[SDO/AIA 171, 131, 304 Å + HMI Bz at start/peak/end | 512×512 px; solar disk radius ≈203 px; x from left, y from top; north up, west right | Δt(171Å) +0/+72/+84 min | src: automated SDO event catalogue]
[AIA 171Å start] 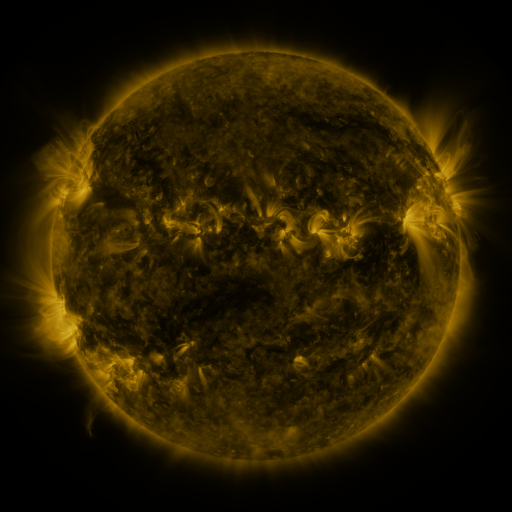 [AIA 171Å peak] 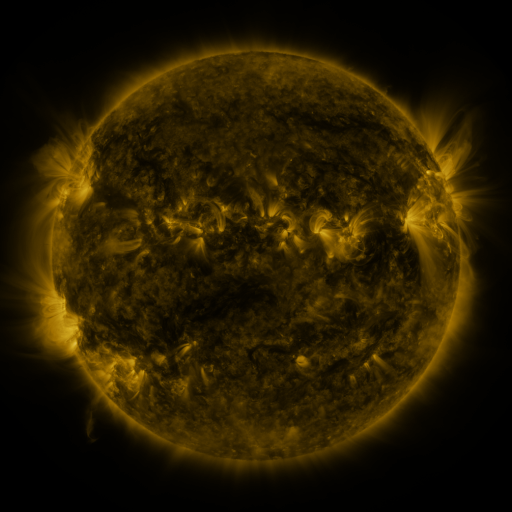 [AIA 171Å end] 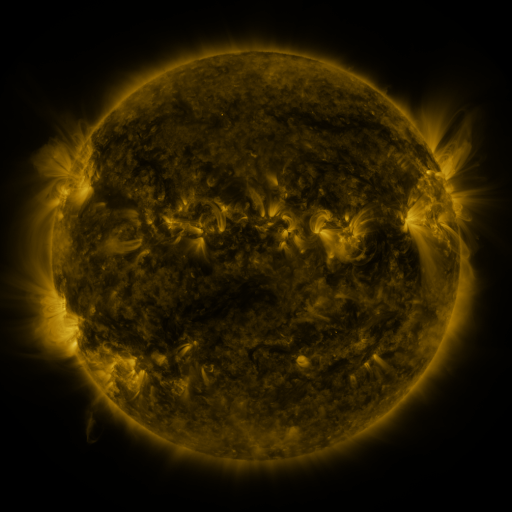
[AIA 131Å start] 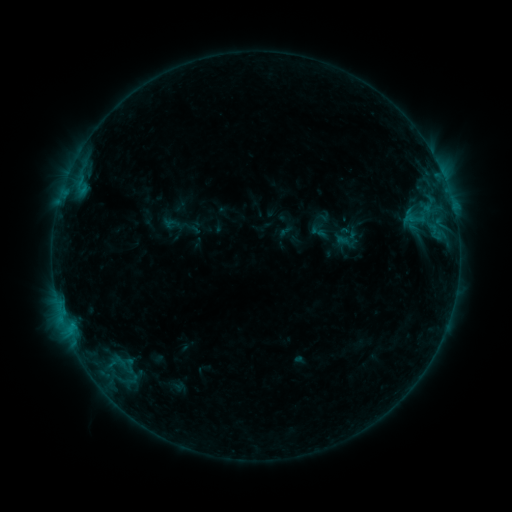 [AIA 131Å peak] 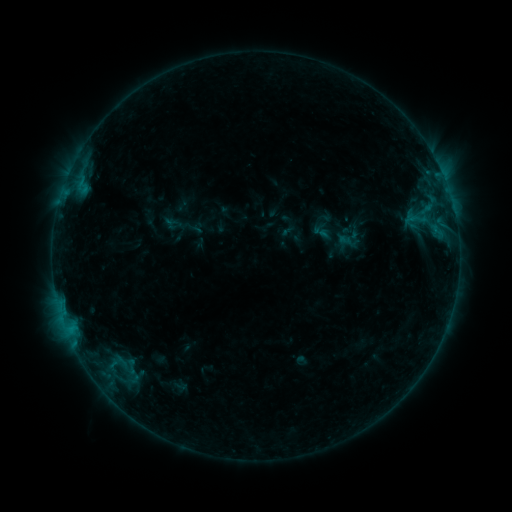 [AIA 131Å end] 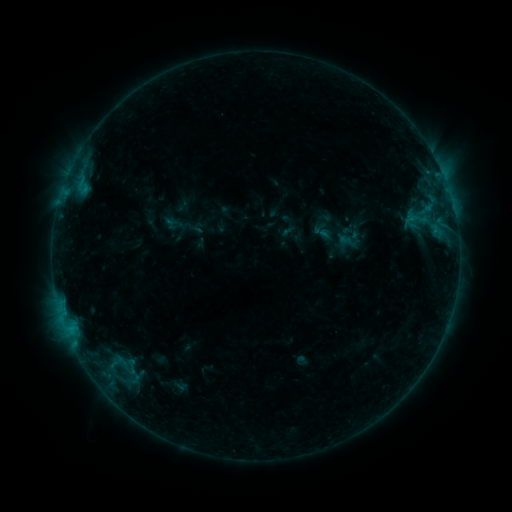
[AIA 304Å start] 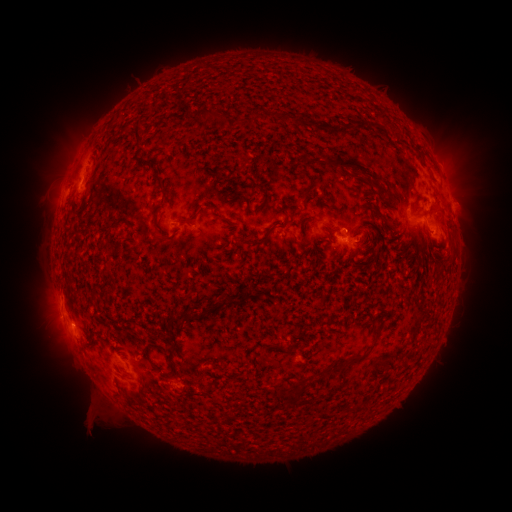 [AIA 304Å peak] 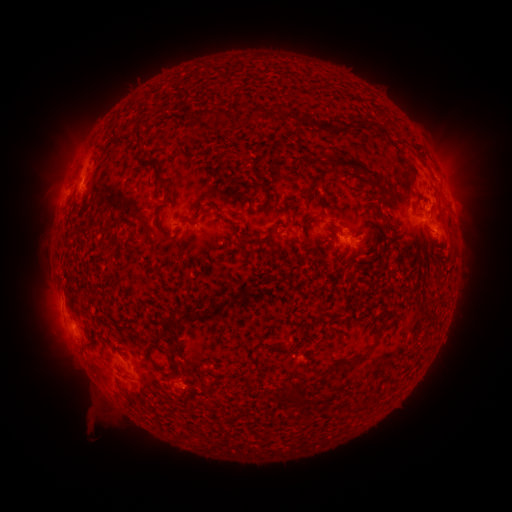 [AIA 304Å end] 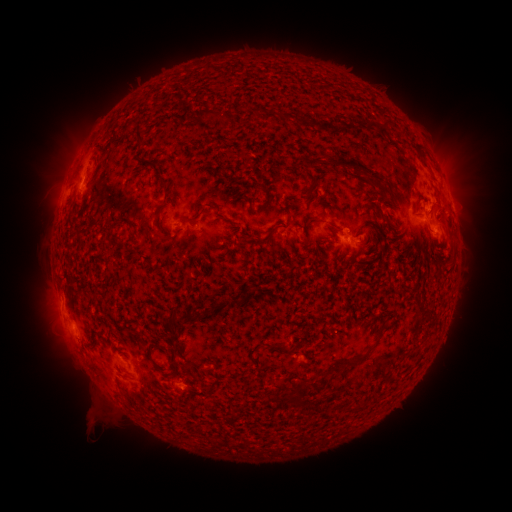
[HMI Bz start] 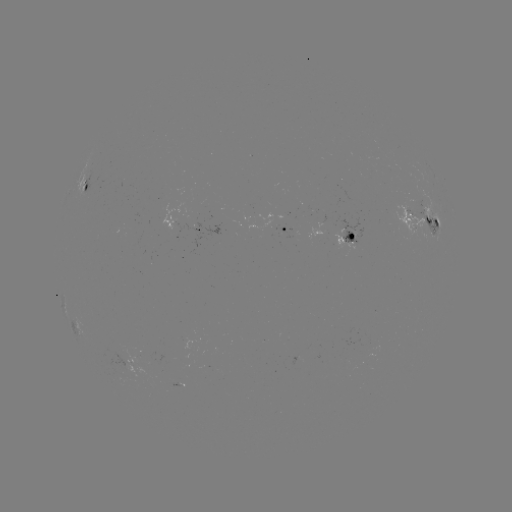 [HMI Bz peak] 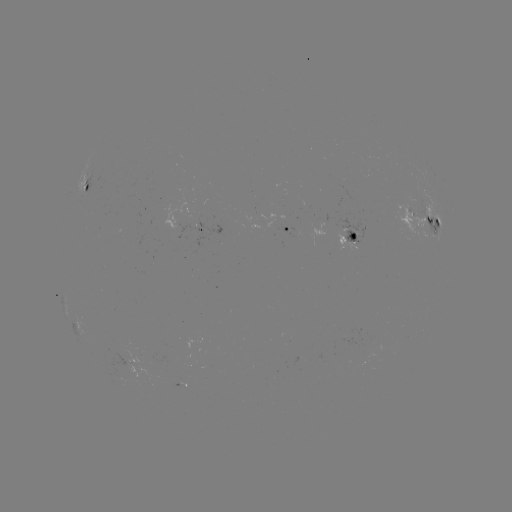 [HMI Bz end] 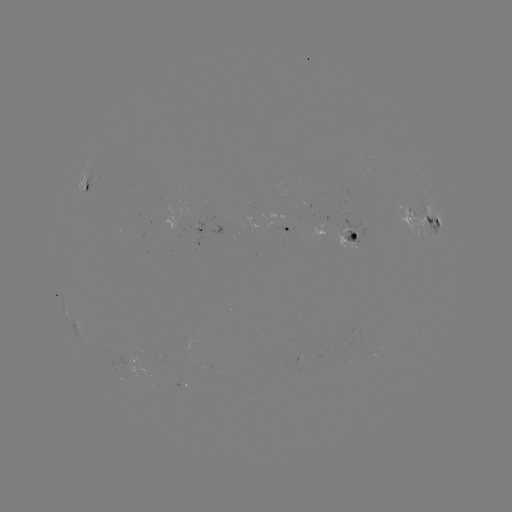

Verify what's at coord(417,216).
emerging-flux region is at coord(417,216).